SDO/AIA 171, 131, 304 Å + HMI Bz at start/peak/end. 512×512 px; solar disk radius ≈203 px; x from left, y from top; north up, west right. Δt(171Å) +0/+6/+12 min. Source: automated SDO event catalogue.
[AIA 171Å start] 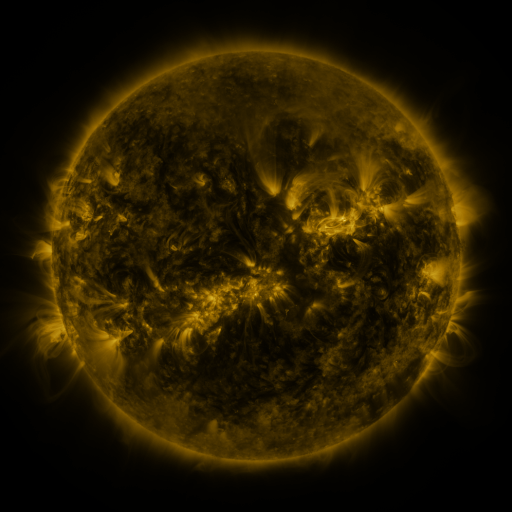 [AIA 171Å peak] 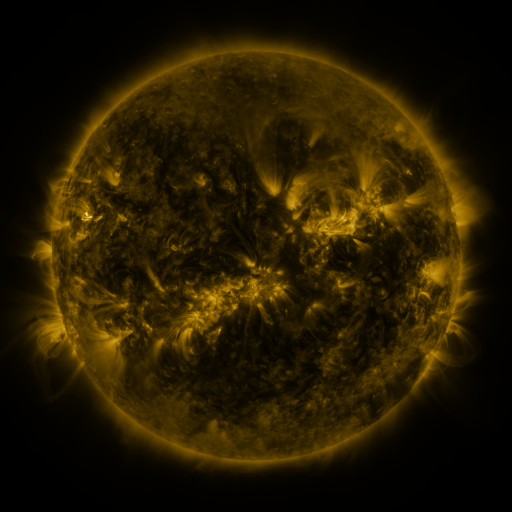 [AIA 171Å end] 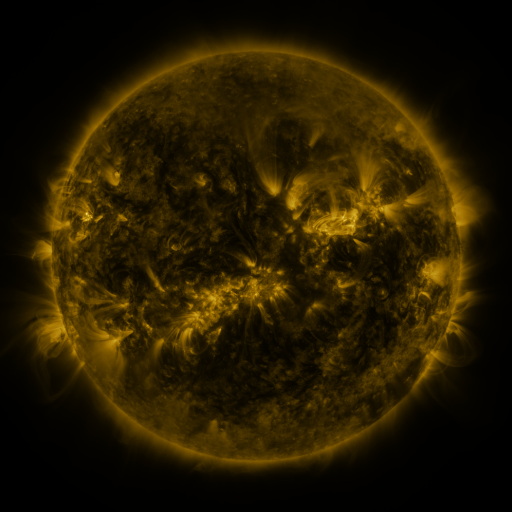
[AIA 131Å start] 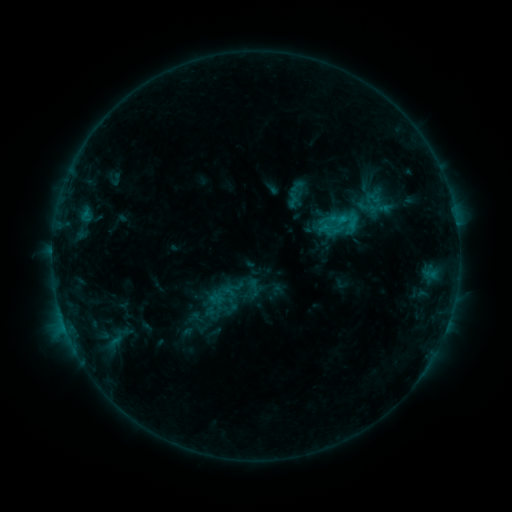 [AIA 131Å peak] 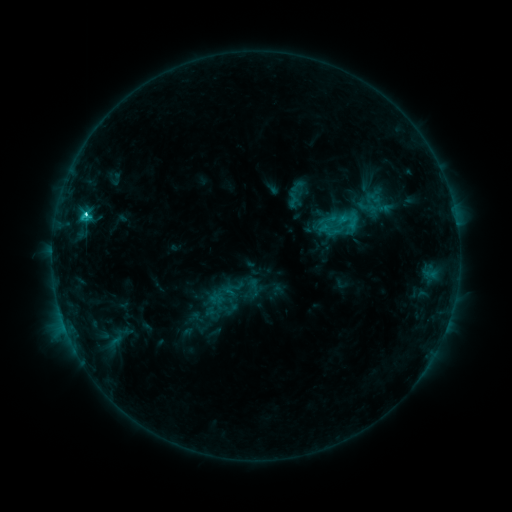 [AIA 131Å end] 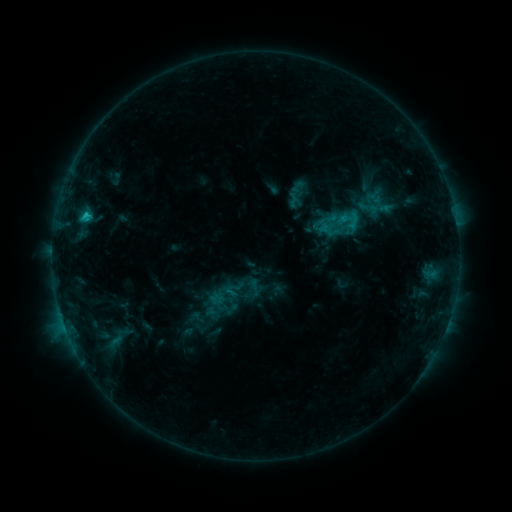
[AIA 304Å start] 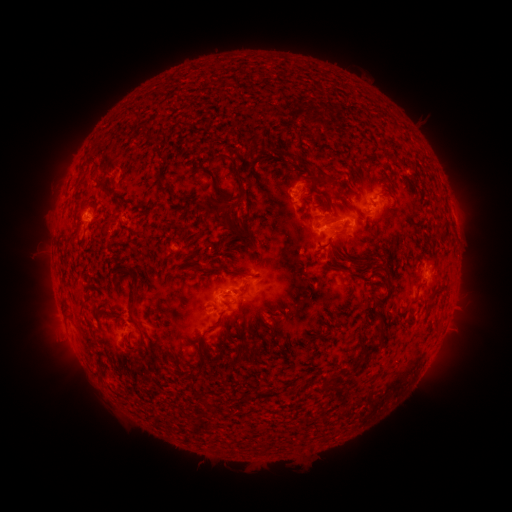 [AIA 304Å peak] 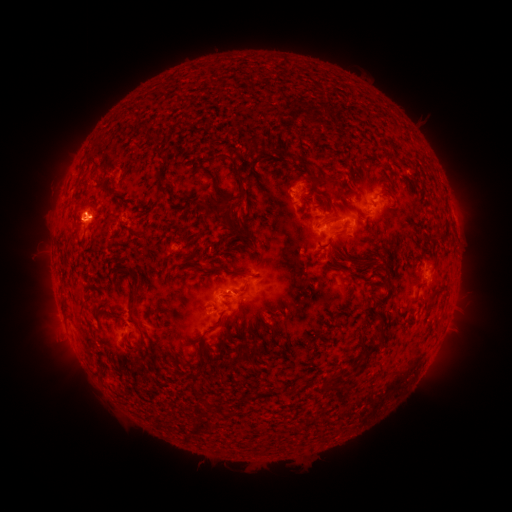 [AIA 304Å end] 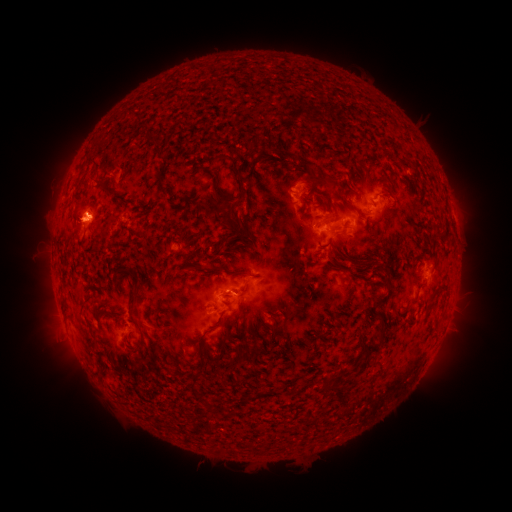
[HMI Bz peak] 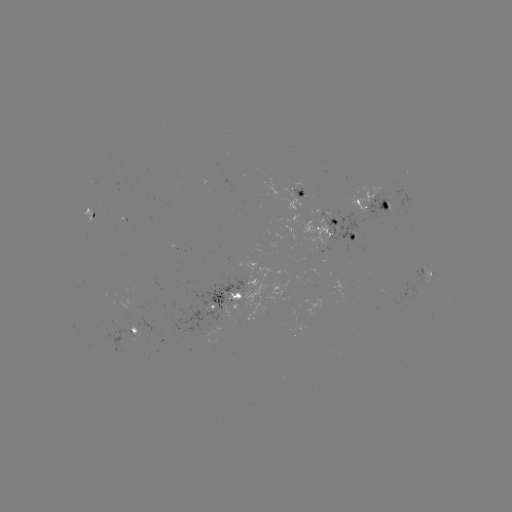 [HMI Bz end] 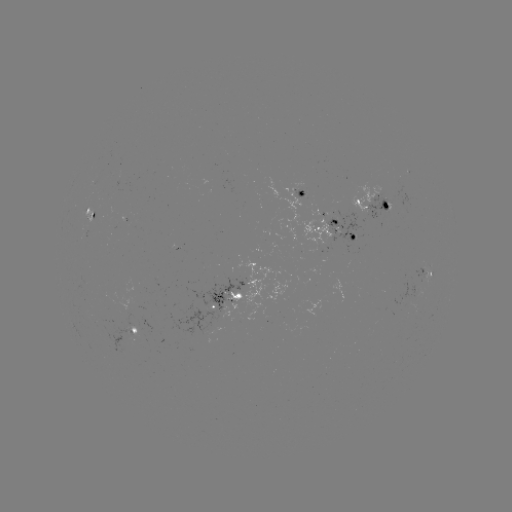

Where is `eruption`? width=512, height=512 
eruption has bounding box [54, 189, 107, 247].